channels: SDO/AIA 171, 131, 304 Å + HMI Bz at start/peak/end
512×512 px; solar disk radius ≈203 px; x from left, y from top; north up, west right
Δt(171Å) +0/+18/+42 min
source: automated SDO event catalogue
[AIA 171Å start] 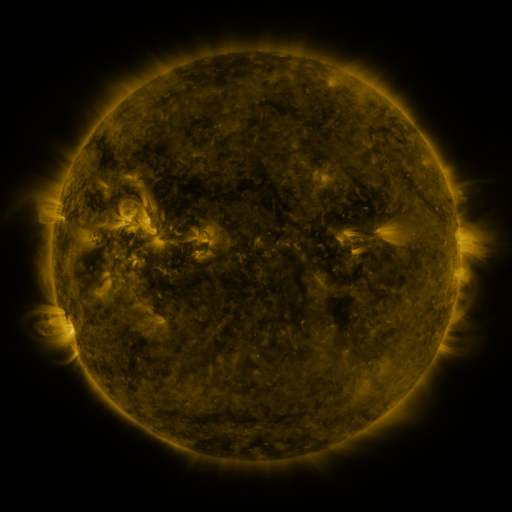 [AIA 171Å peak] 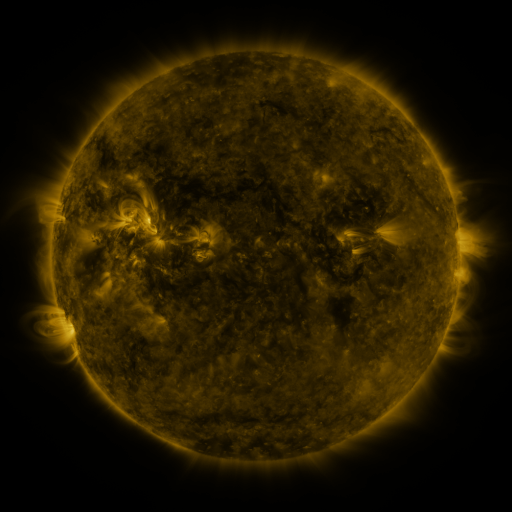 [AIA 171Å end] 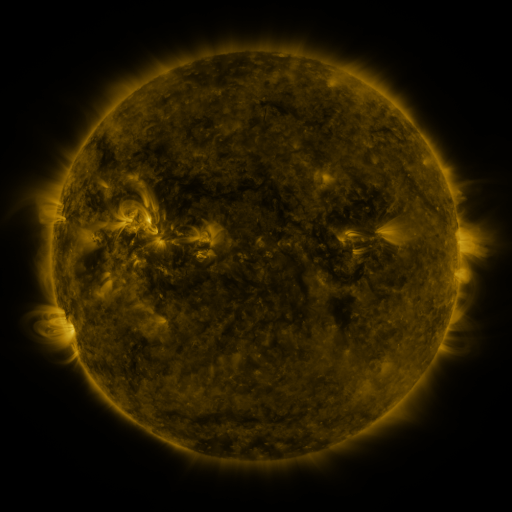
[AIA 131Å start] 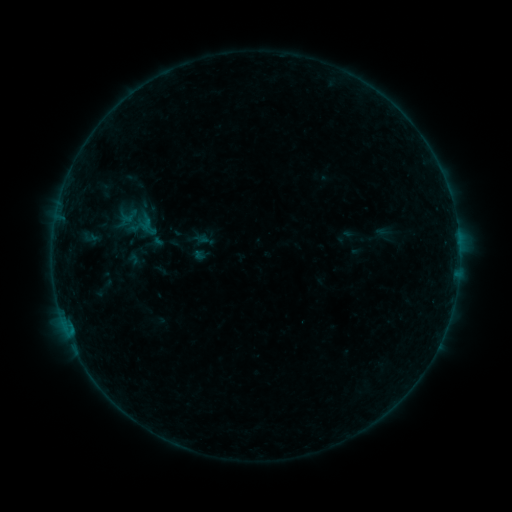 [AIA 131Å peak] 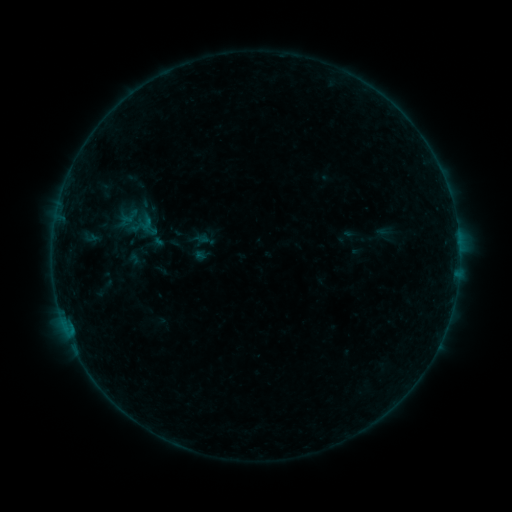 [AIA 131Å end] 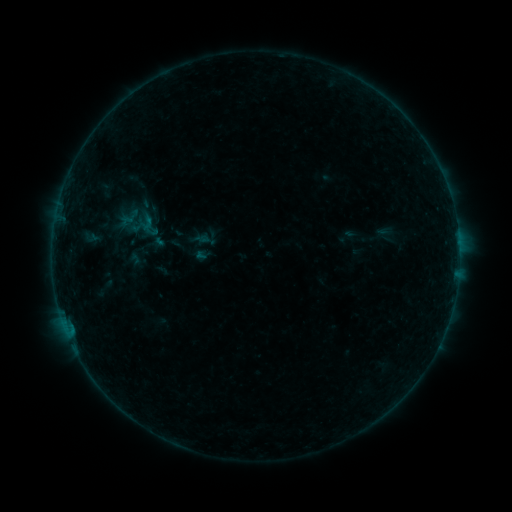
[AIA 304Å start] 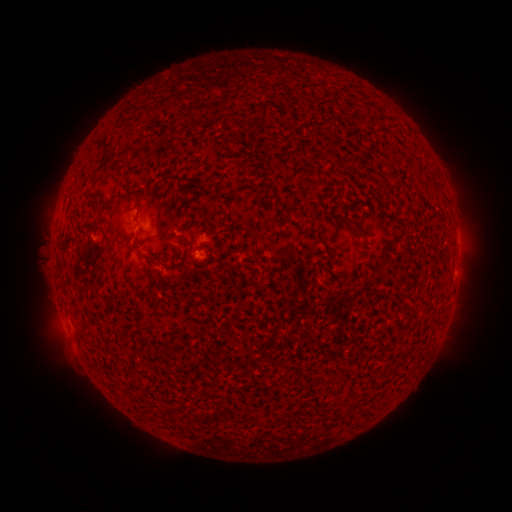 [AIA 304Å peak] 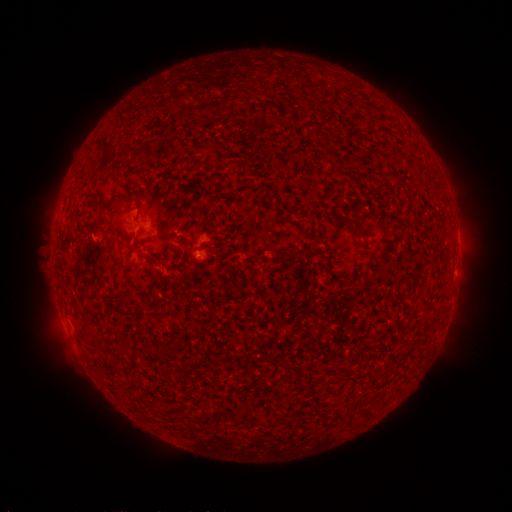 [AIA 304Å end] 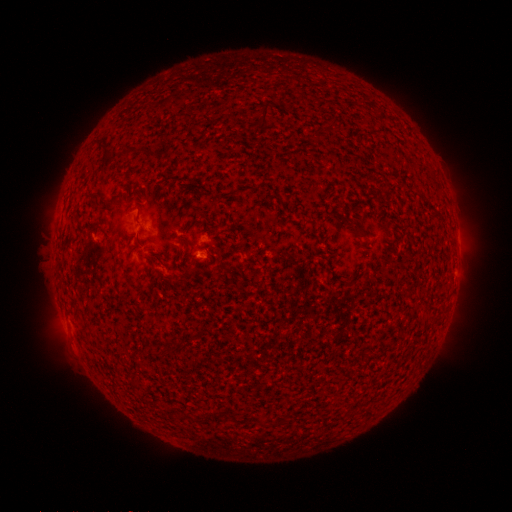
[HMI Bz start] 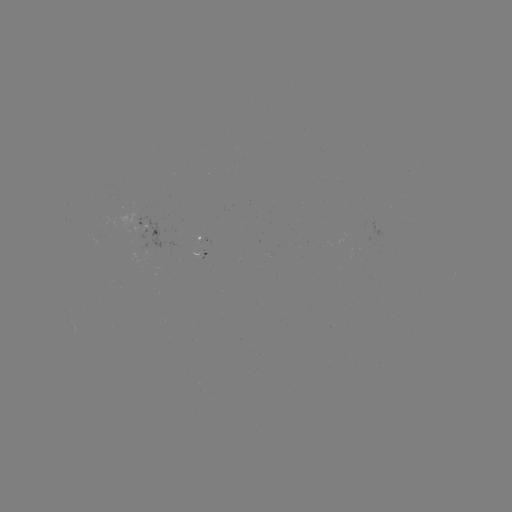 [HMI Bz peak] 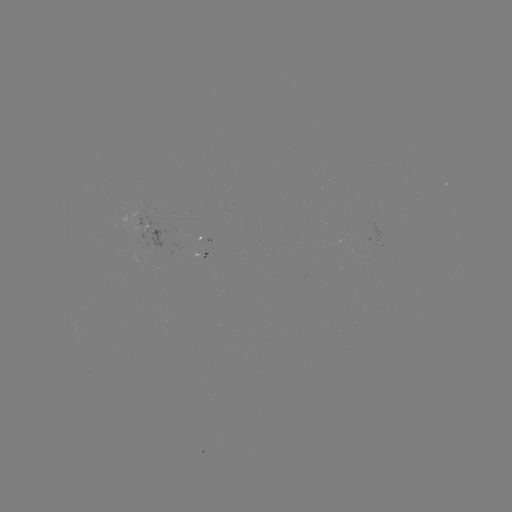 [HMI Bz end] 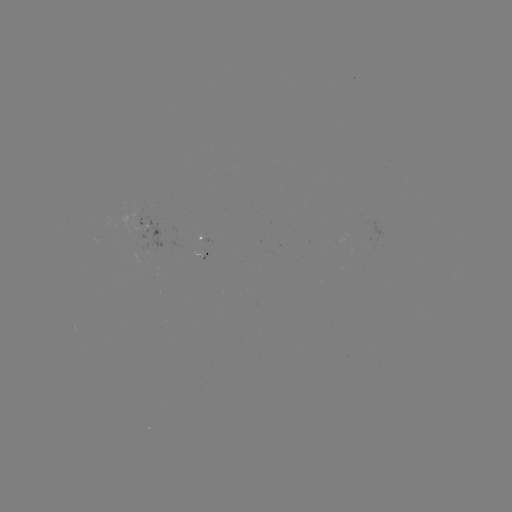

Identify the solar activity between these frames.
nothing was catalogued: no classed flare, no EUV trigger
